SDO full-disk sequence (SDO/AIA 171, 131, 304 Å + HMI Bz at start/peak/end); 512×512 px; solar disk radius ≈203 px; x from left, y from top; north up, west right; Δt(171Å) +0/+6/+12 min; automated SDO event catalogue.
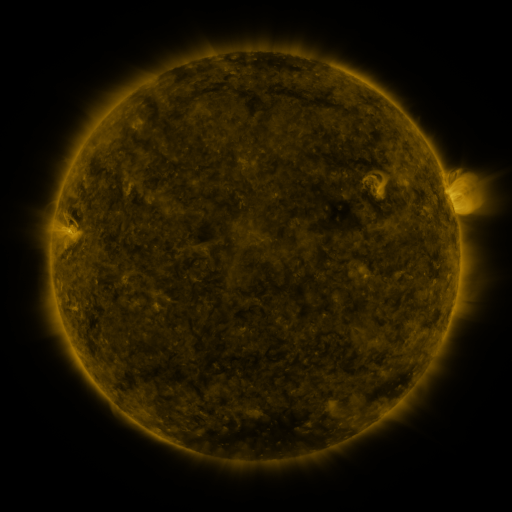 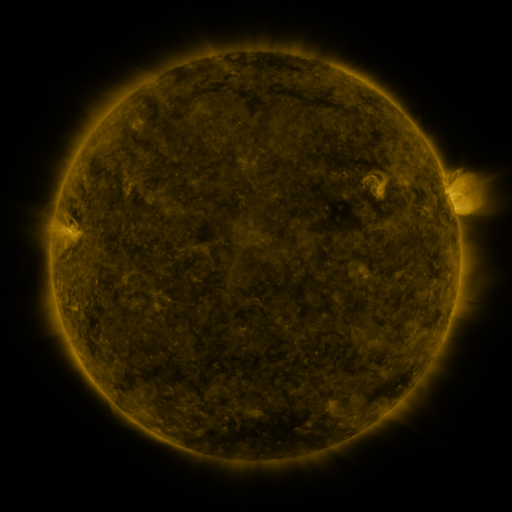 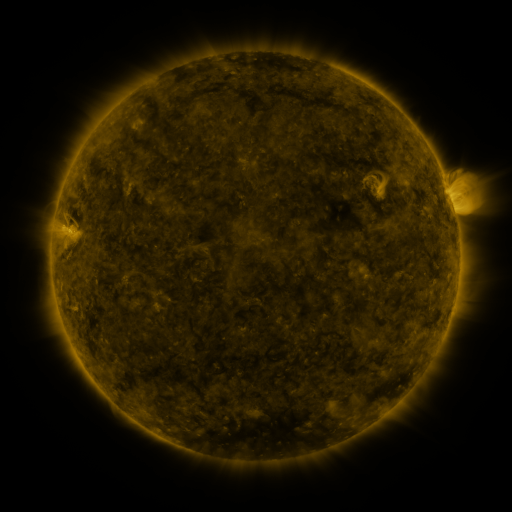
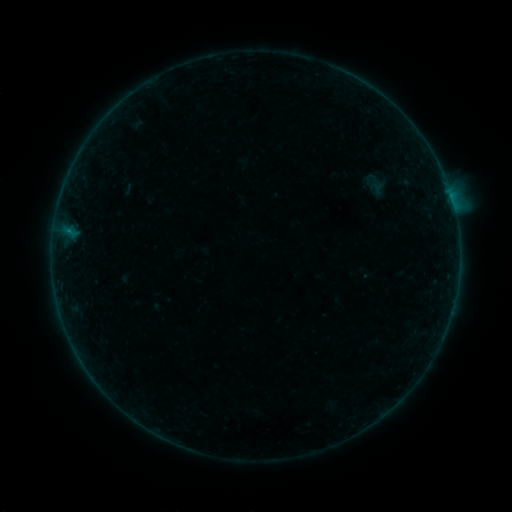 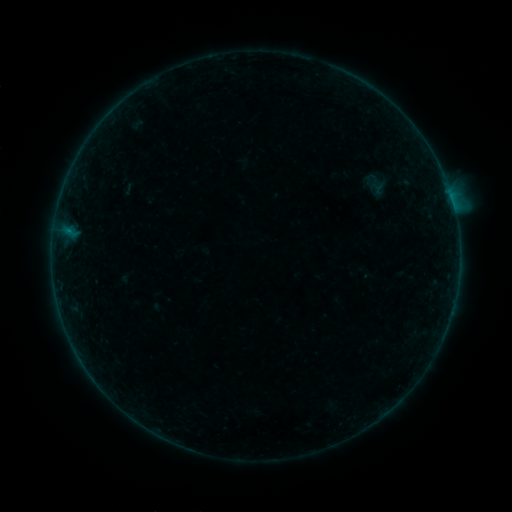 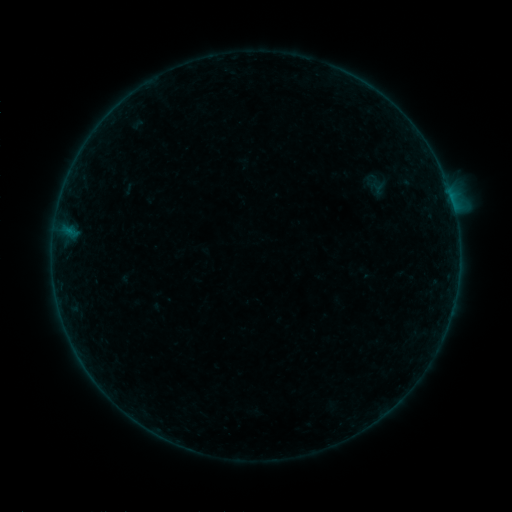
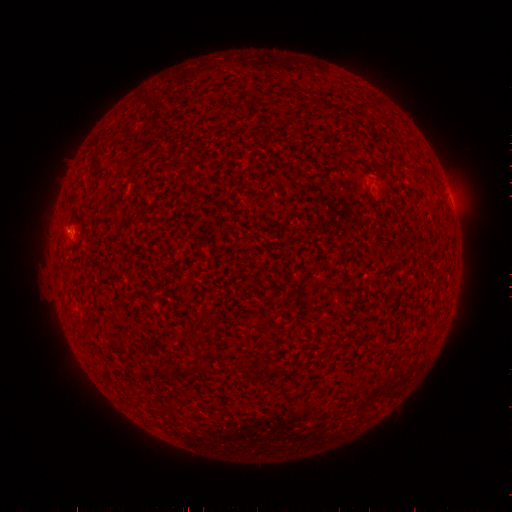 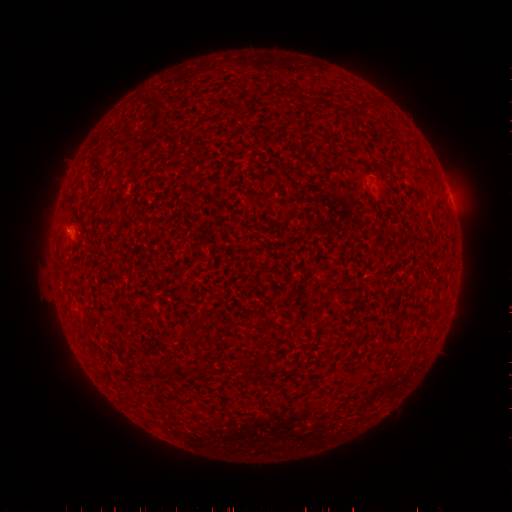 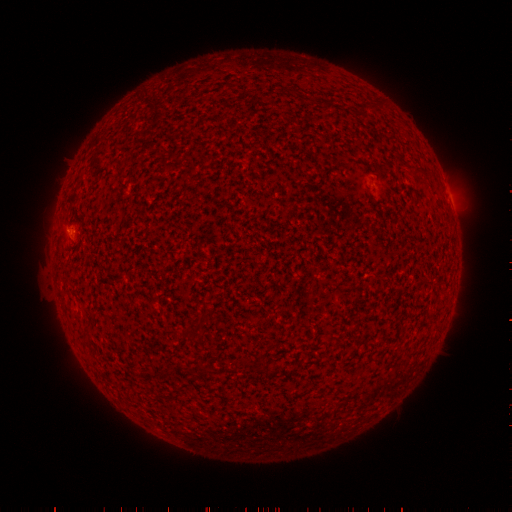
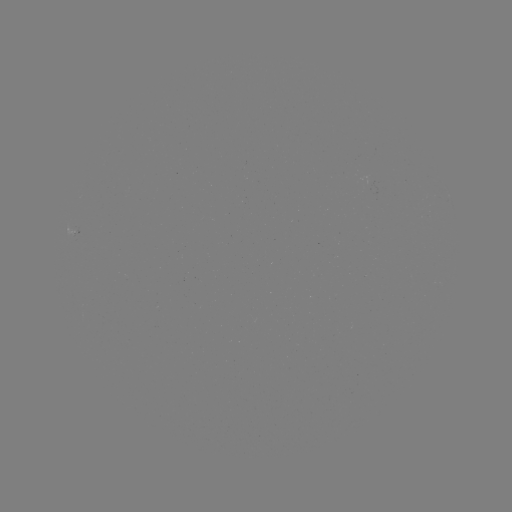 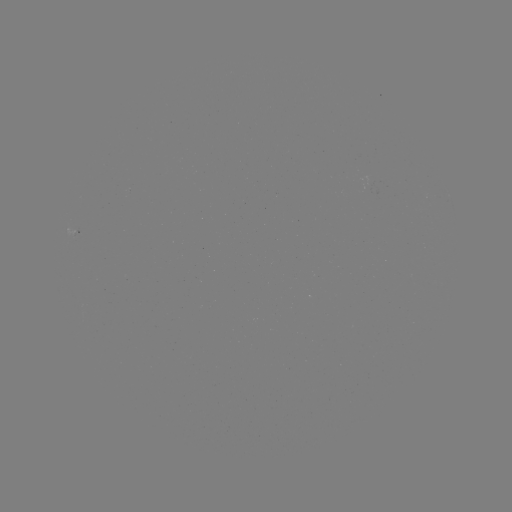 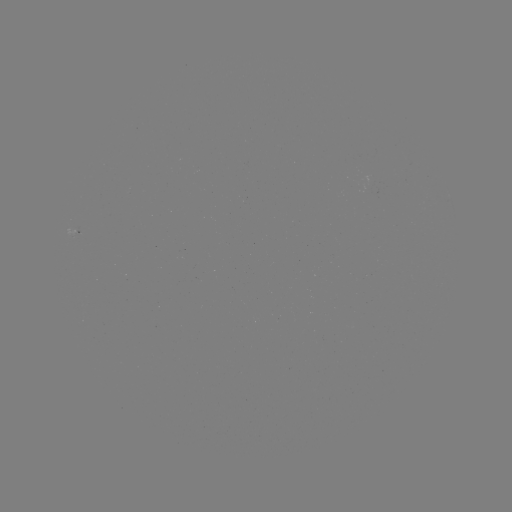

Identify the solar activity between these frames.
B1.5 flare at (69, 233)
